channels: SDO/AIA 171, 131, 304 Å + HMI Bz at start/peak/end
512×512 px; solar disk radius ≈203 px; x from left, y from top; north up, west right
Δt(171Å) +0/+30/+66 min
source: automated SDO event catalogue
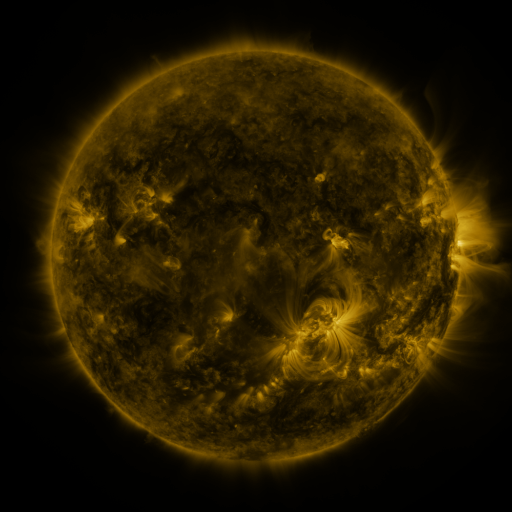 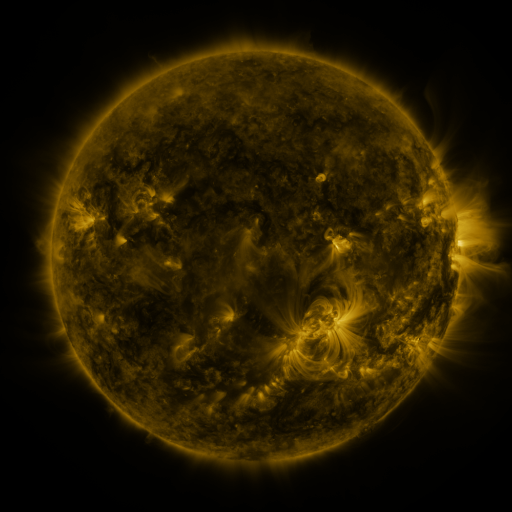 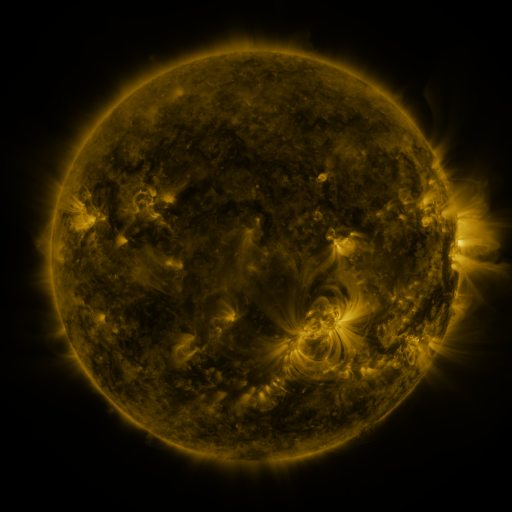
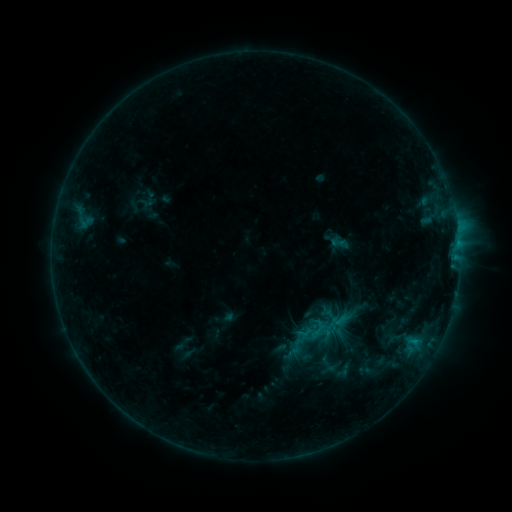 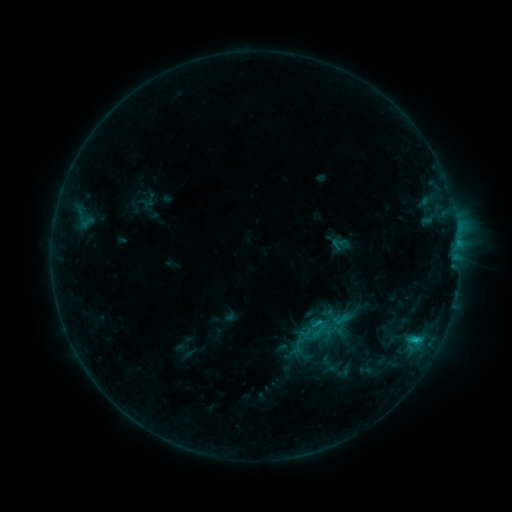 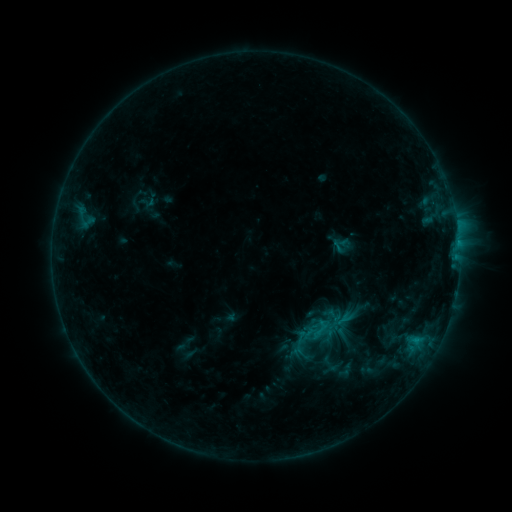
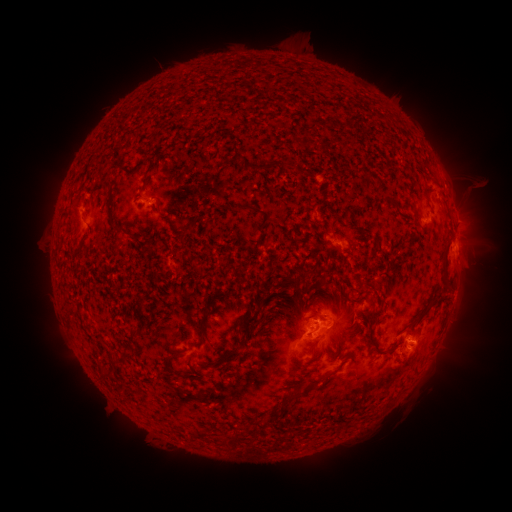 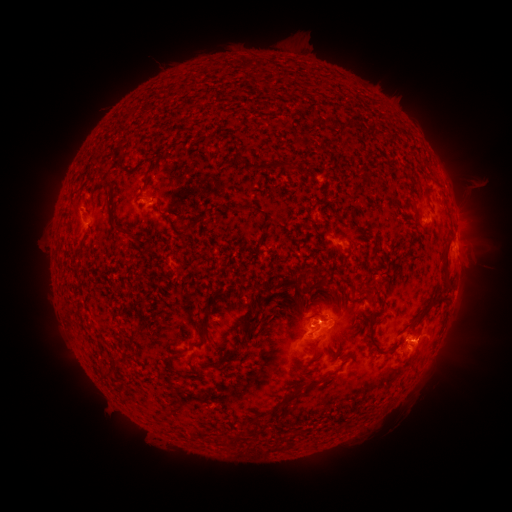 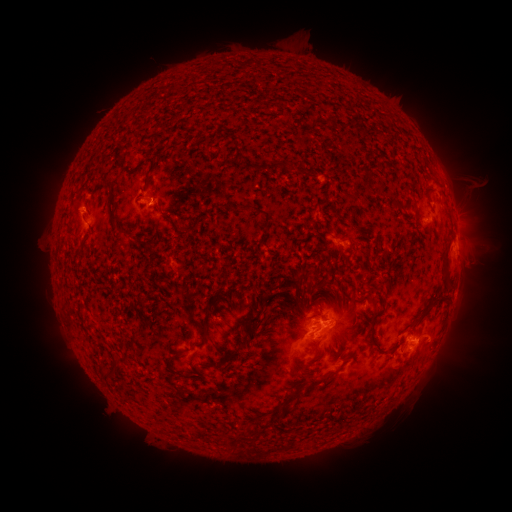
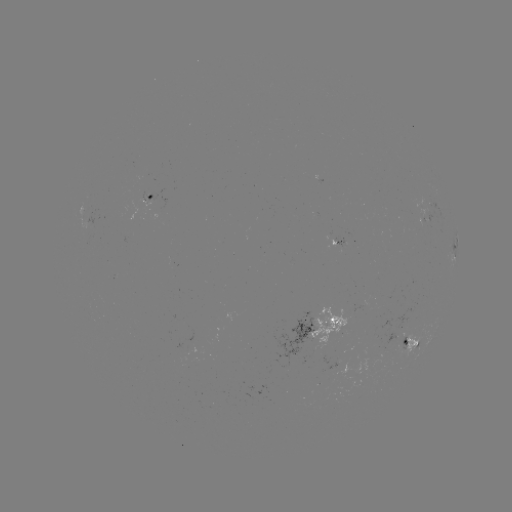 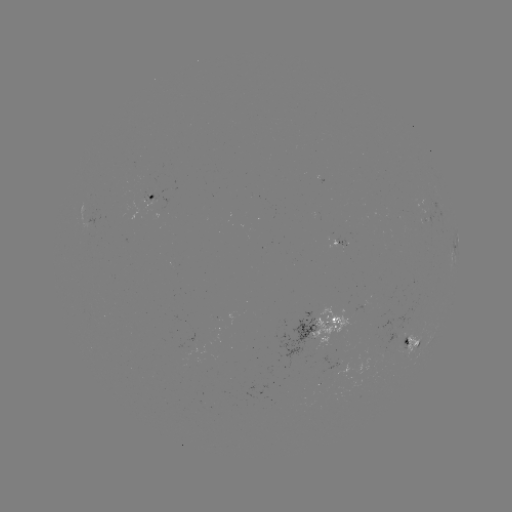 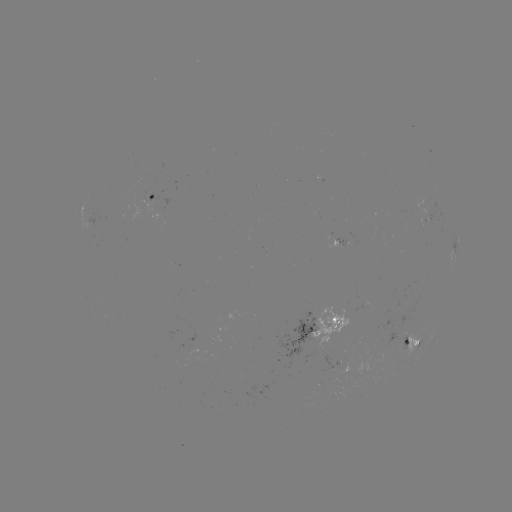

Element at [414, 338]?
C1.2 flare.